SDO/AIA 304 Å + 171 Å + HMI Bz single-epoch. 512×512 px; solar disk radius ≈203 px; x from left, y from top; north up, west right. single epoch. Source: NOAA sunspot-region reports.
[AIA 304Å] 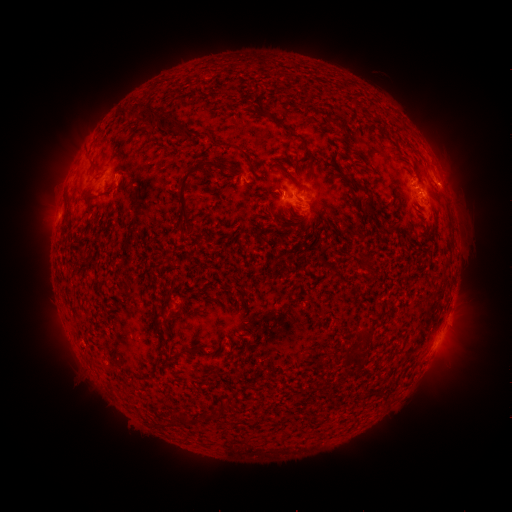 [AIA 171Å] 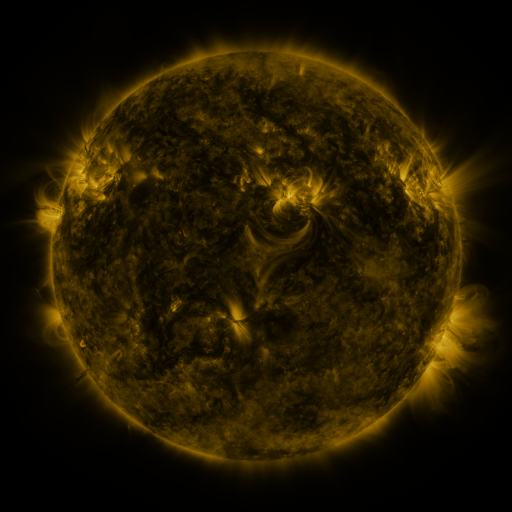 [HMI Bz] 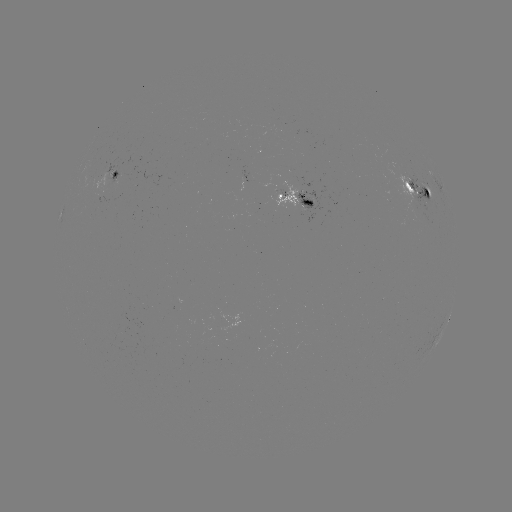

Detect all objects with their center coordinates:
spotted active region: (115, 171)
spotted active region: (435, 188)
spotted active region: (421, 195)
spotted active region: (297, 200)
spotted active region: (448, 321)
